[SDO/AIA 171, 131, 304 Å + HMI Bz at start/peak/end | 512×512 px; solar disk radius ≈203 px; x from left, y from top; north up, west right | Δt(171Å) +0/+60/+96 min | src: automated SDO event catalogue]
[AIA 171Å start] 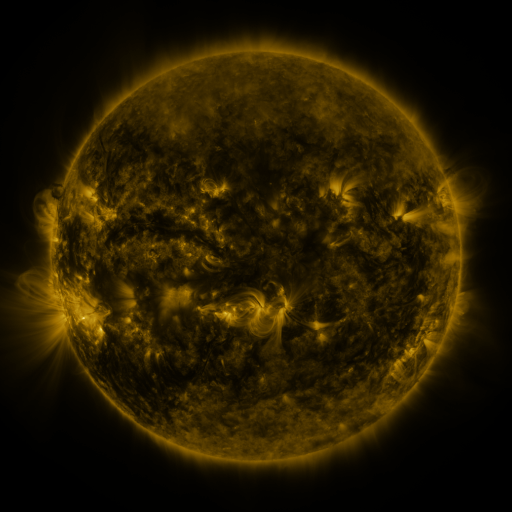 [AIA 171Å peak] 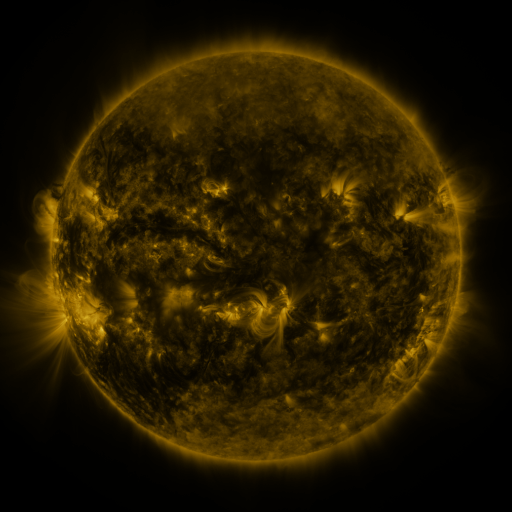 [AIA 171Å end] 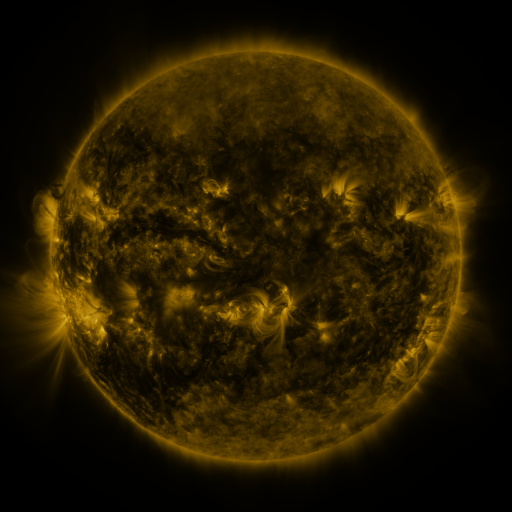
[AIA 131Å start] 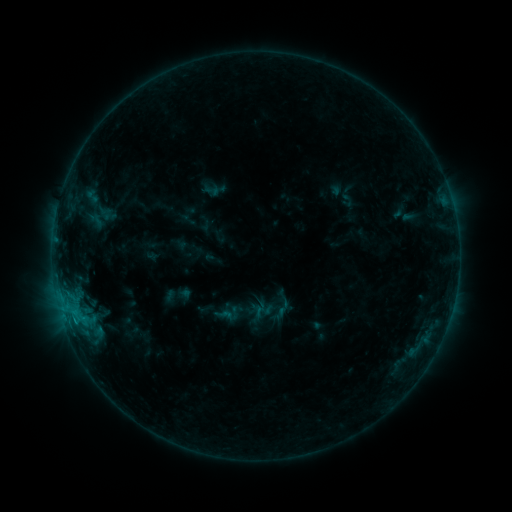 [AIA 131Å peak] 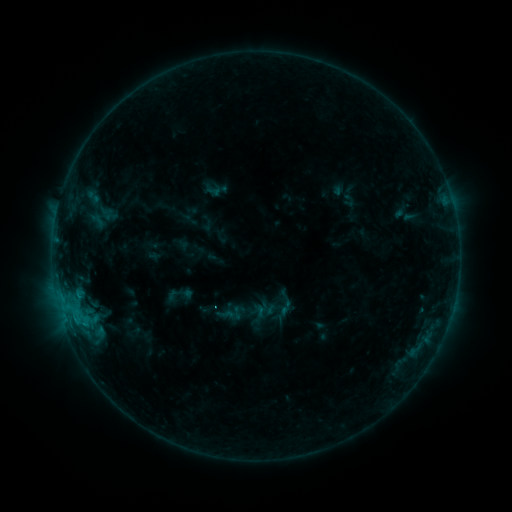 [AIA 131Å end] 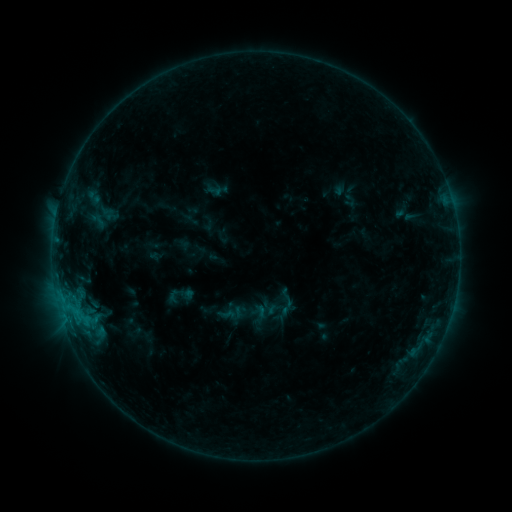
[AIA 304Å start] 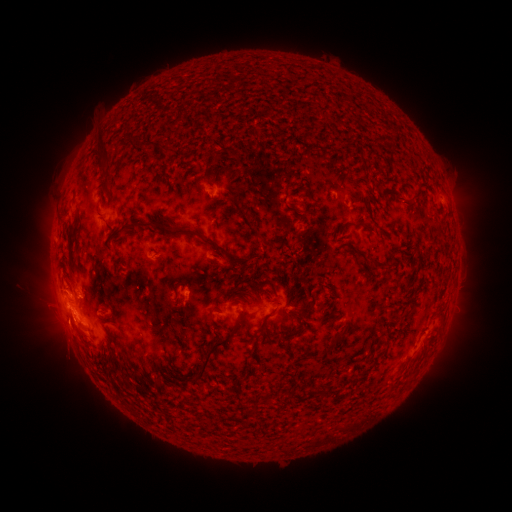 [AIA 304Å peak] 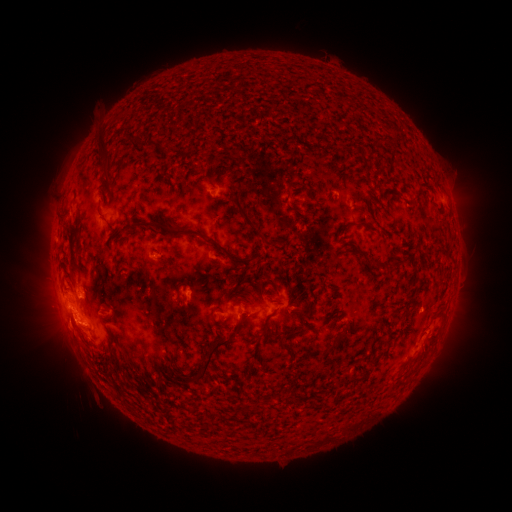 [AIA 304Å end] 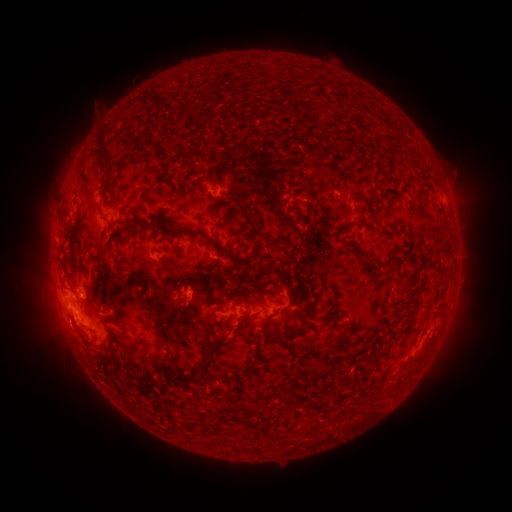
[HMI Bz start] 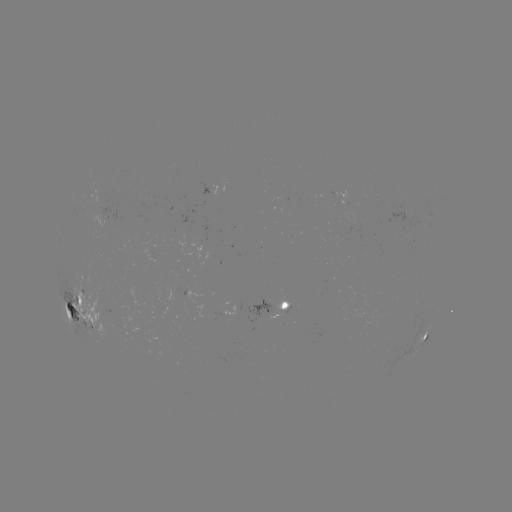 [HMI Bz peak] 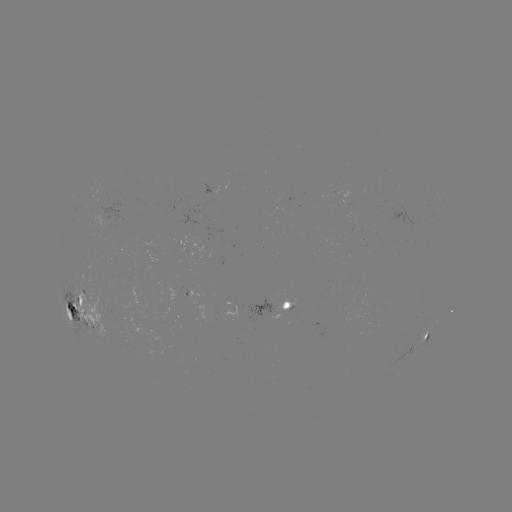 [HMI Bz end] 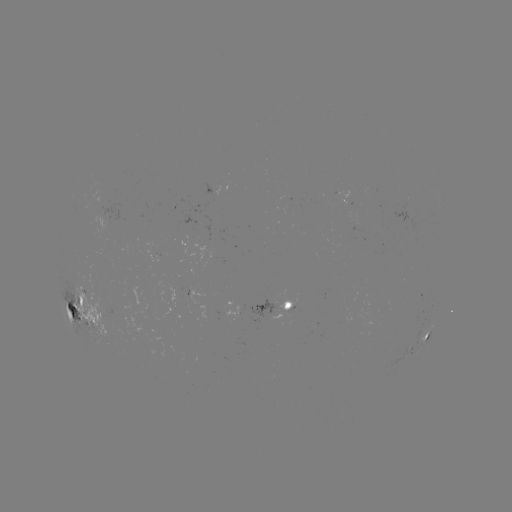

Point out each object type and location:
emerging-flux region: (285, 198)
